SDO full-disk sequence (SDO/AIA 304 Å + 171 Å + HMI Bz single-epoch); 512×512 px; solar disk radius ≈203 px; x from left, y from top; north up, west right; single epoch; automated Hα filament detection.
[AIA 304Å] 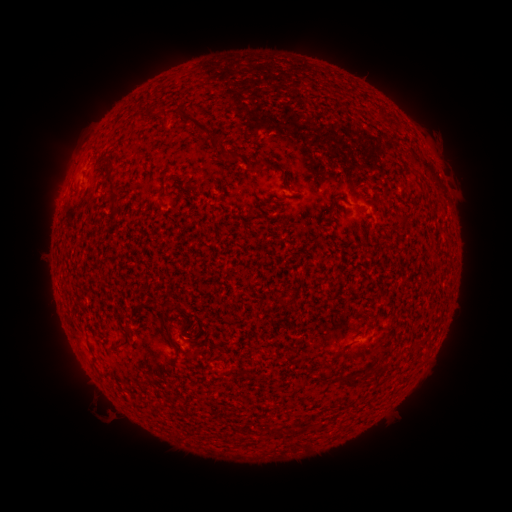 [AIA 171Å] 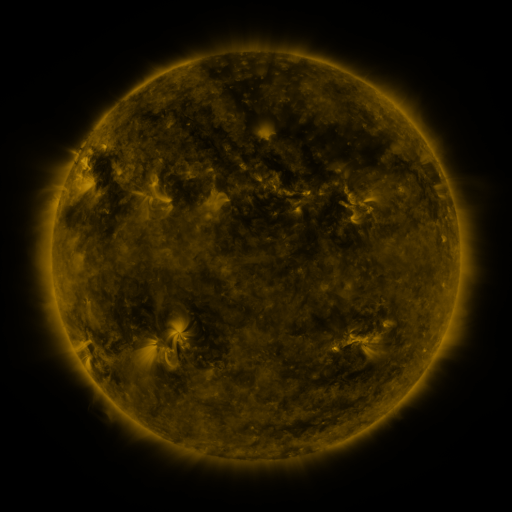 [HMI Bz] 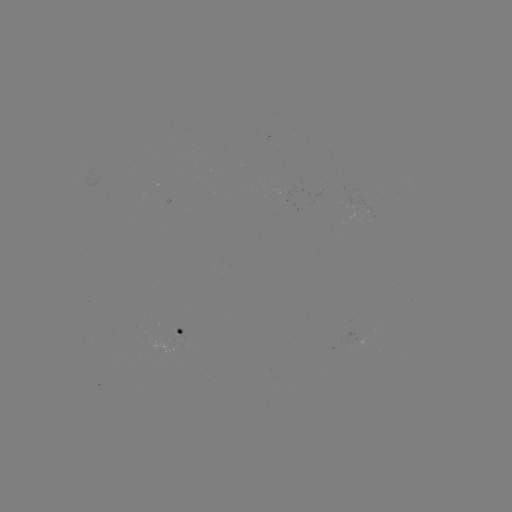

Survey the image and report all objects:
filament: (176, 107, 222, 150)
filament: (220, 148, 264, 171)
filament: (106, 159, 120, 214)
filament: (283, 175, 291, 187)
filament: (417, 175, 427, 187)
filament: (178, 183, 191, 196)
filament: (156, 185, 165, 197)
filament: (331, 198, 338, 210)
filament: (398, 216, 408, 224)
filament: (158, 300, 172, 310)
filament: (117, 324, 132, 347)
filament: (335, 364, 386, 390)
filament: (270, 424, 288, 437)
